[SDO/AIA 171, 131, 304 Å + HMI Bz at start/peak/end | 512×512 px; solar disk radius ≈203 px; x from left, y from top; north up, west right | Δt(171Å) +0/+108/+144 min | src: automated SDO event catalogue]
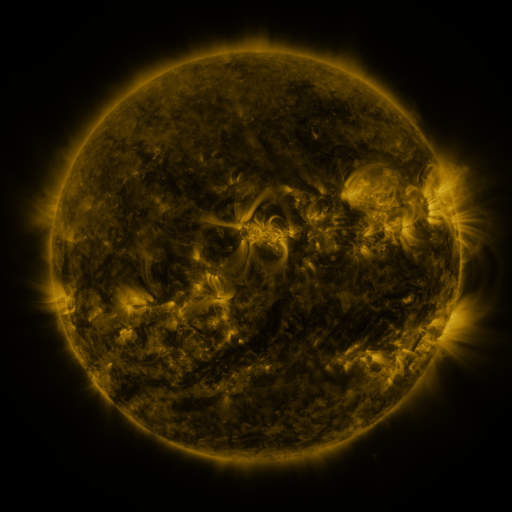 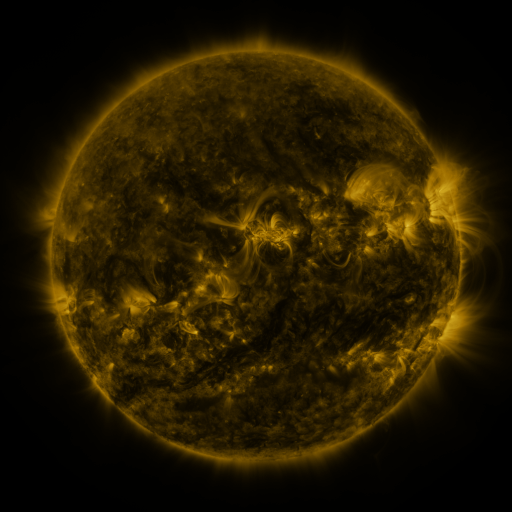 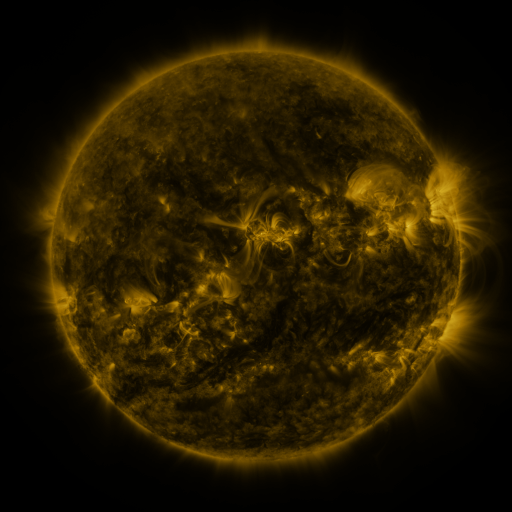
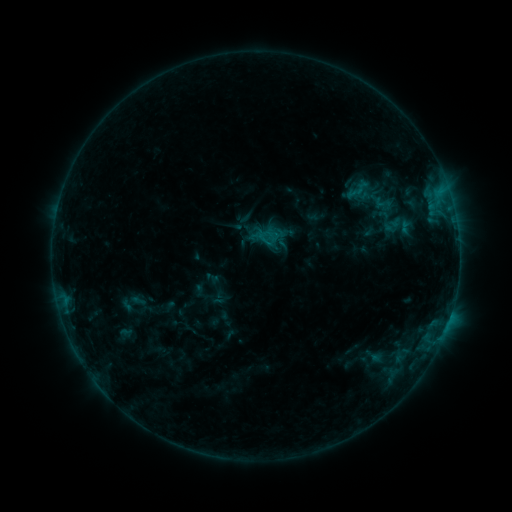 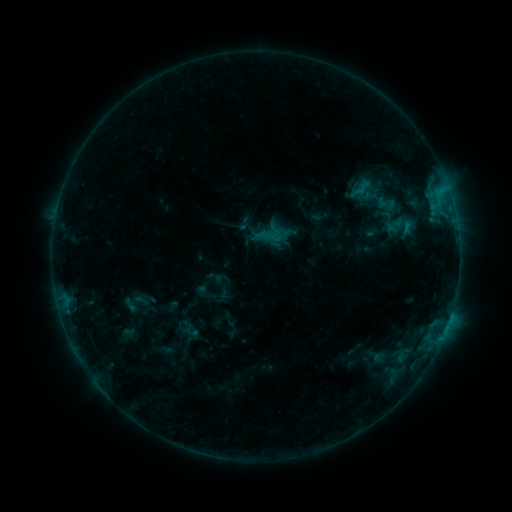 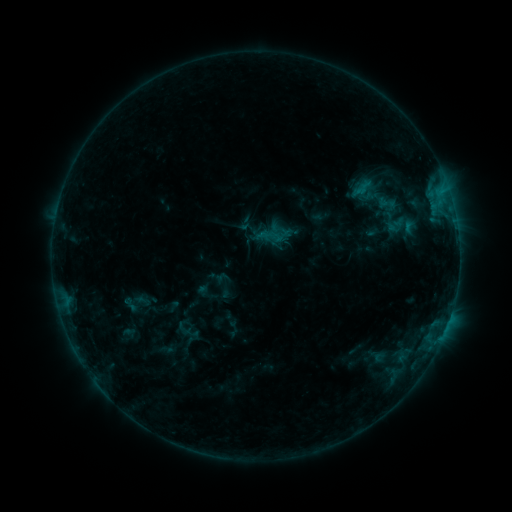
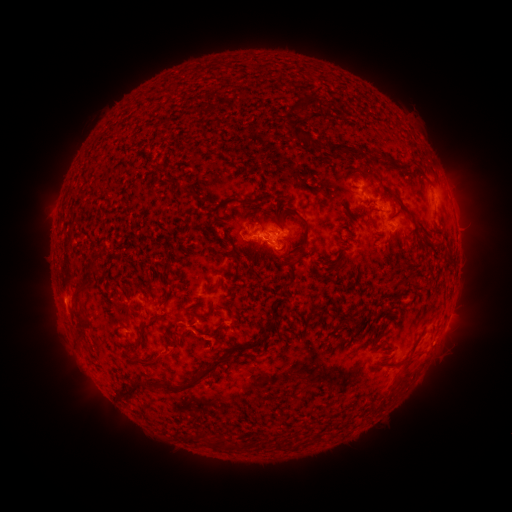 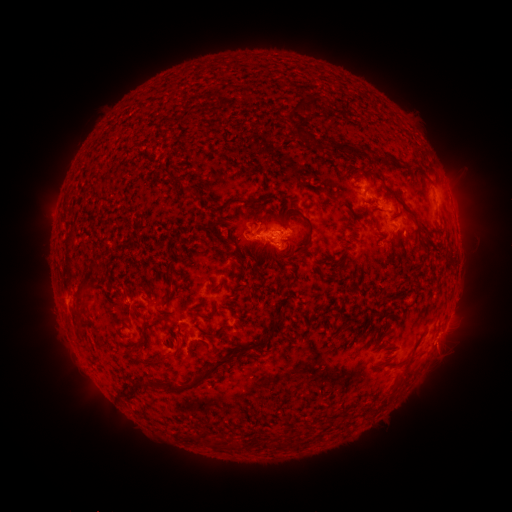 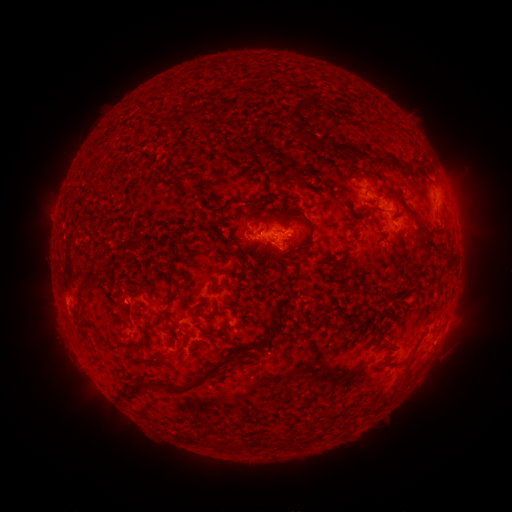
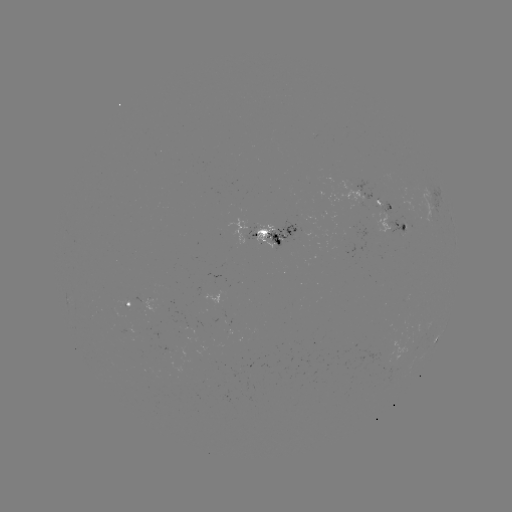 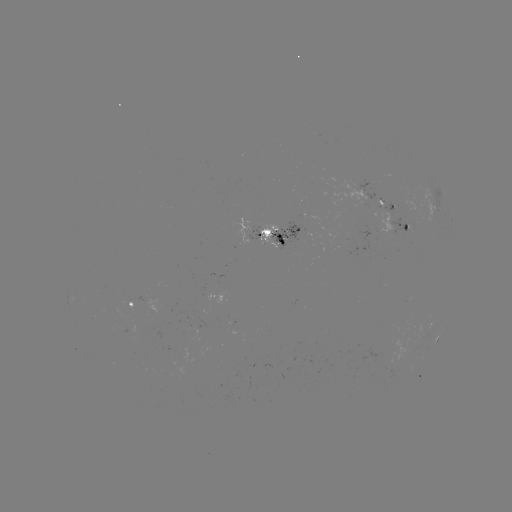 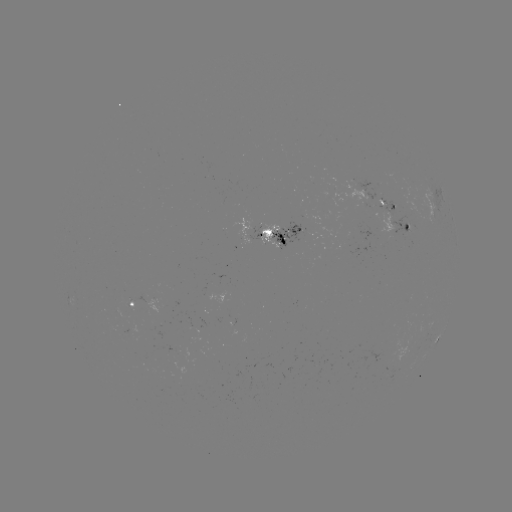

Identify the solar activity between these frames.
emerging-flux region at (117, 312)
